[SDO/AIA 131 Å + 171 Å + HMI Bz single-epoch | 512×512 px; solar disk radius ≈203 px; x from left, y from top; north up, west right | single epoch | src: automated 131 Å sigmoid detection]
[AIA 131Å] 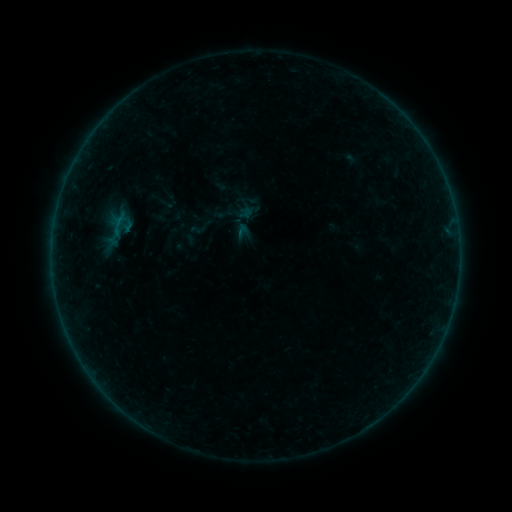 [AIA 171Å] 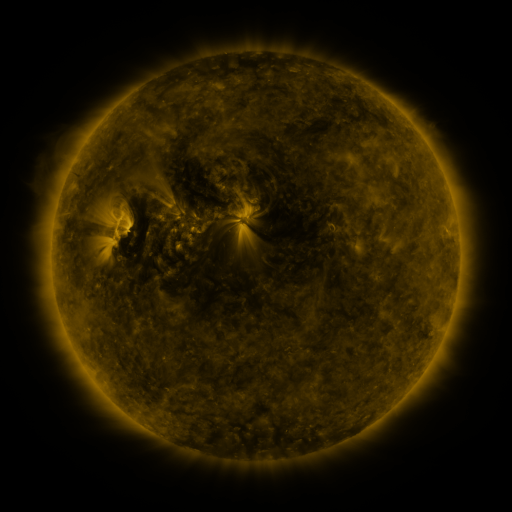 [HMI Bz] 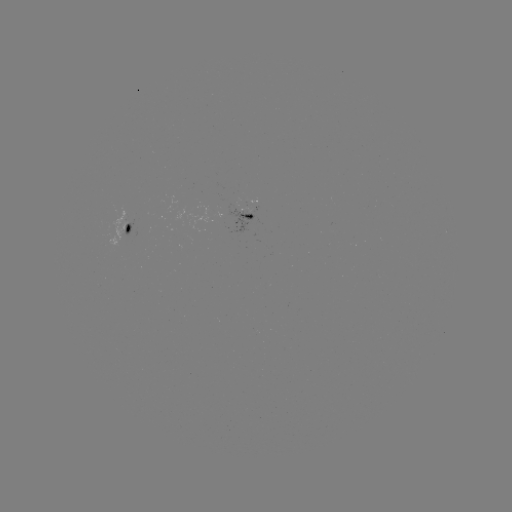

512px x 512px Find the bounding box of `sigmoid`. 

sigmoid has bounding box [189, 221, 207, 238].